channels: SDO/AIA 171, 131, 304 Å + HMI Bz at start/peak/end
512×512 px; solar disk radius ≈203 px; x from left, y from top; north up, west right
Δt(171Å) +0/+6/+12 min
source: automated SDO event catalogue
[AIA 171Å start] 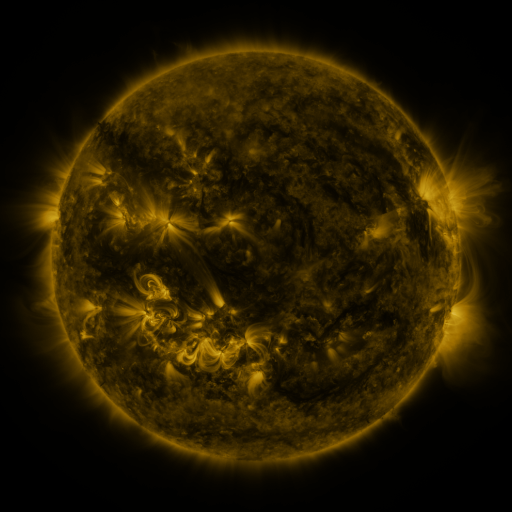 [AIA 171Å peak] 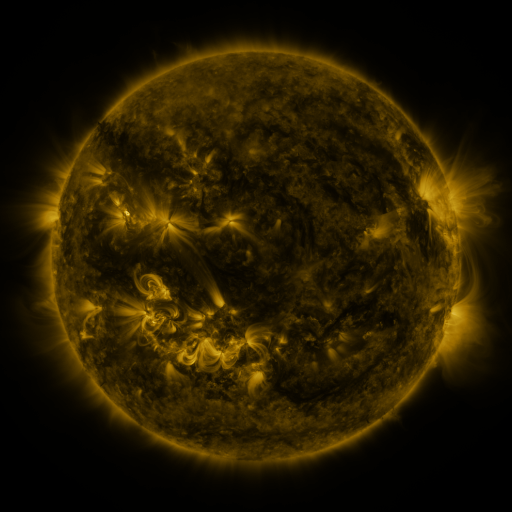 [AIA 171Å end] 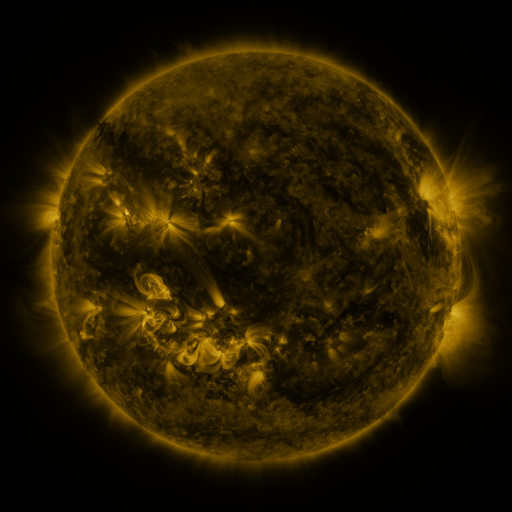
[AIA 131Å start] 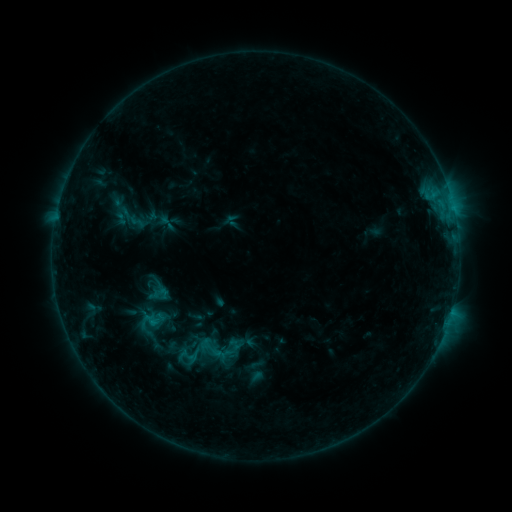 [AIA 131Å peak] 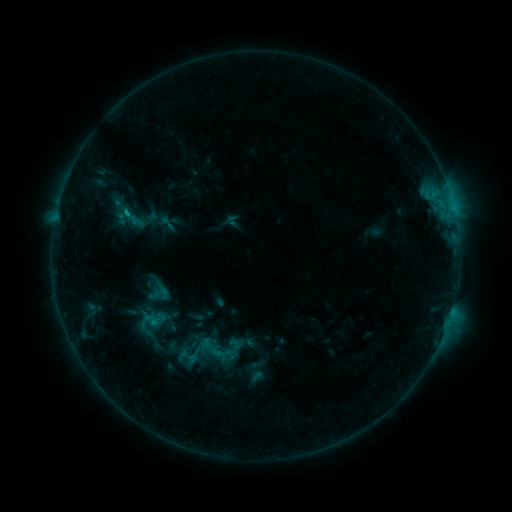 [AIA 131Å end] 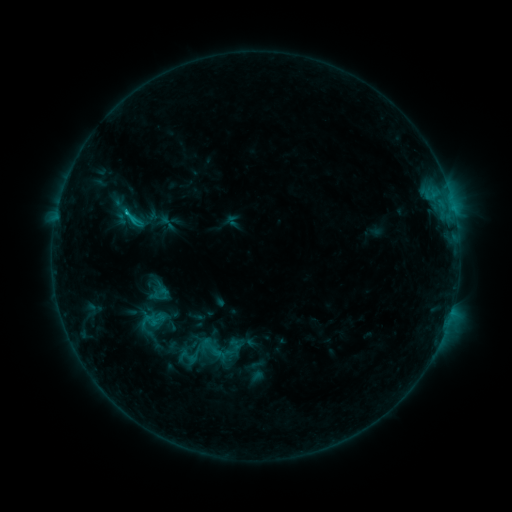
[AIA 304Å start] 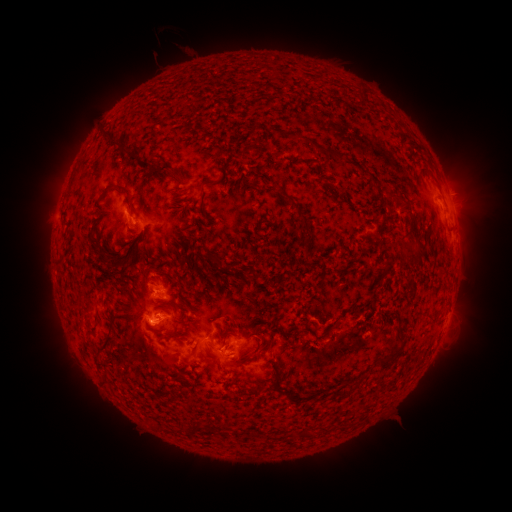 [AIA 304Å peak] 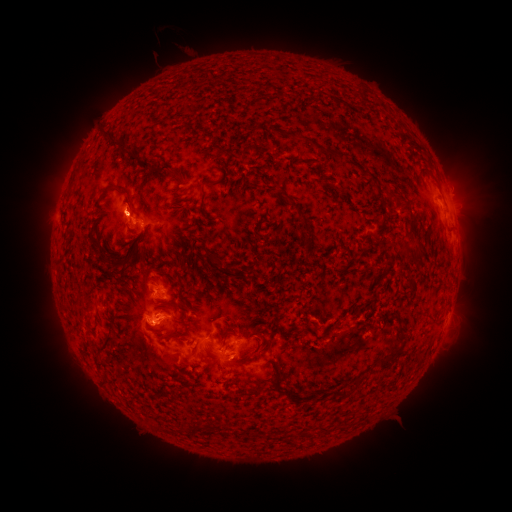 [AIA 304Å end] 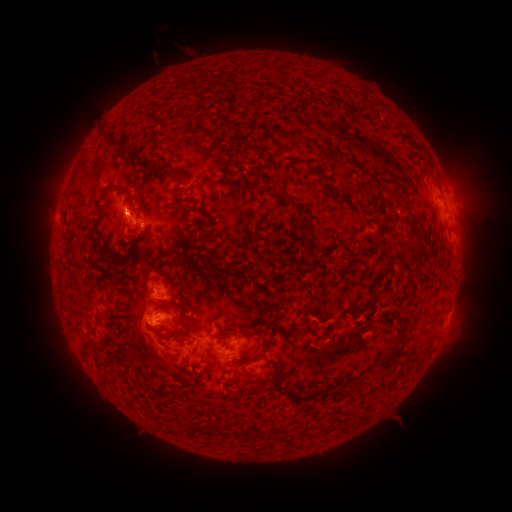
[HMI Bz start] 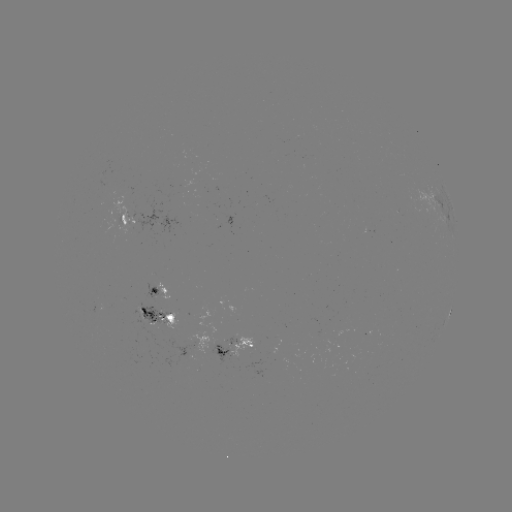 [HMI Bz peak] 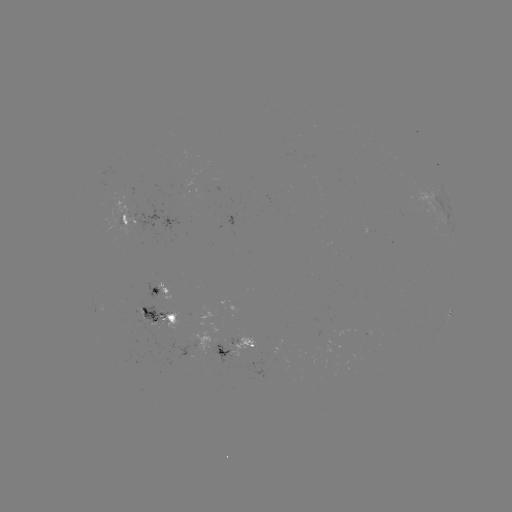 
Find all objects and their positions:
C1.5 flare: (127, 215)
